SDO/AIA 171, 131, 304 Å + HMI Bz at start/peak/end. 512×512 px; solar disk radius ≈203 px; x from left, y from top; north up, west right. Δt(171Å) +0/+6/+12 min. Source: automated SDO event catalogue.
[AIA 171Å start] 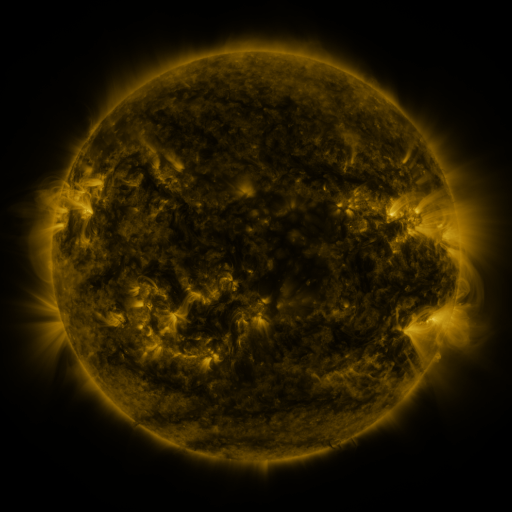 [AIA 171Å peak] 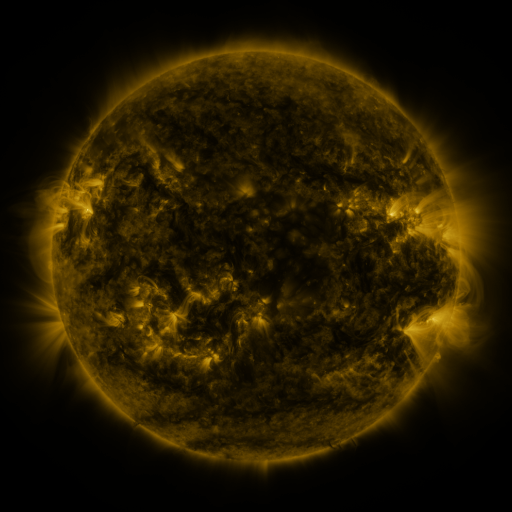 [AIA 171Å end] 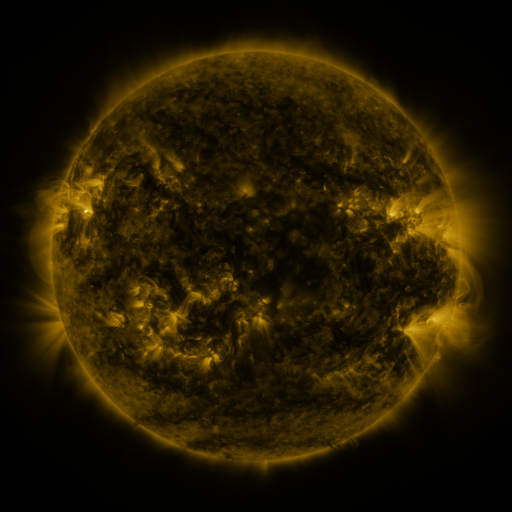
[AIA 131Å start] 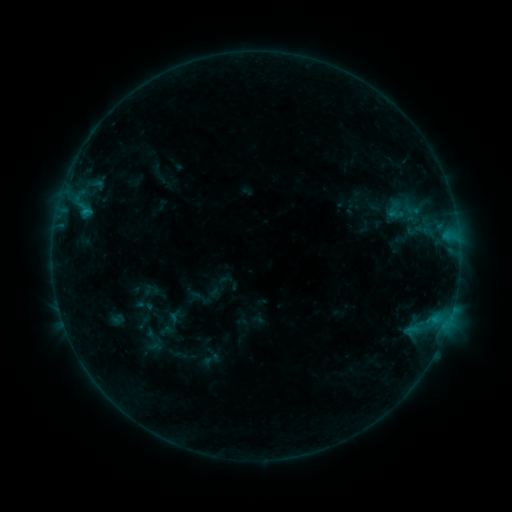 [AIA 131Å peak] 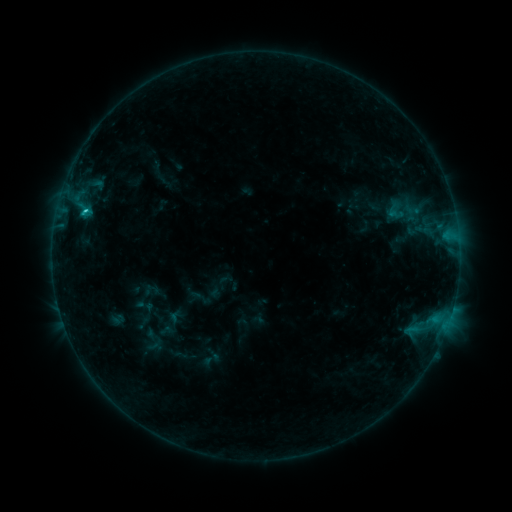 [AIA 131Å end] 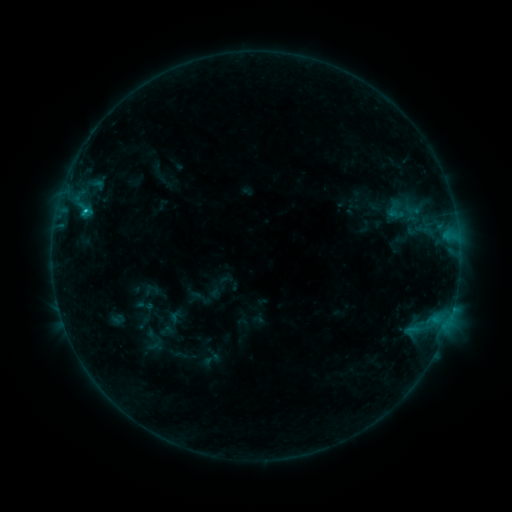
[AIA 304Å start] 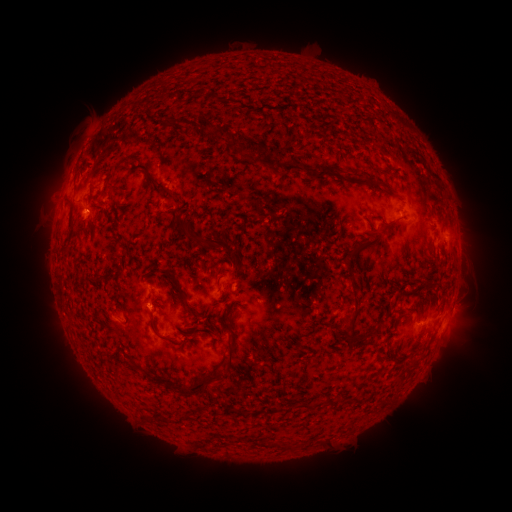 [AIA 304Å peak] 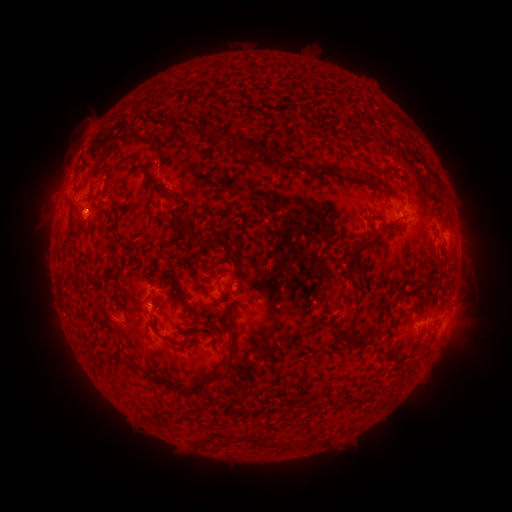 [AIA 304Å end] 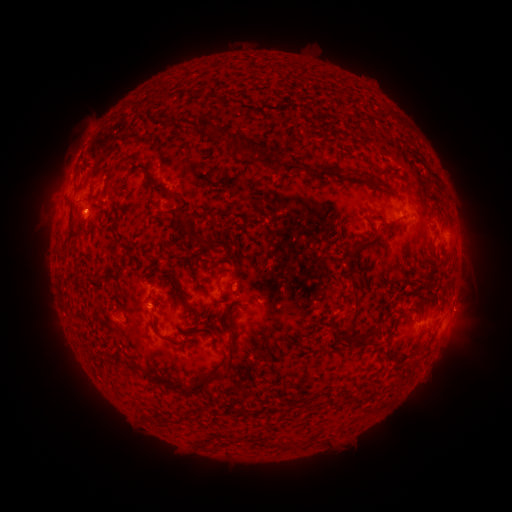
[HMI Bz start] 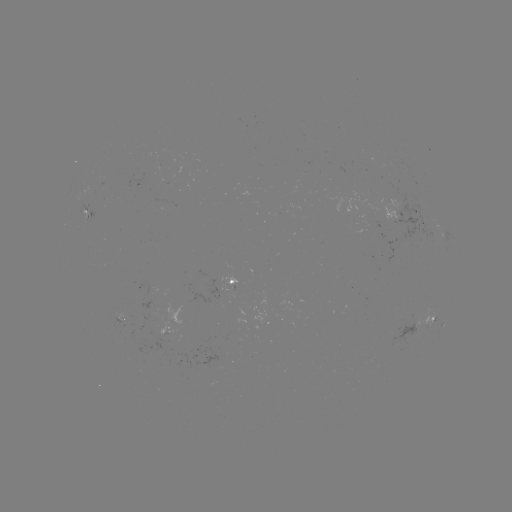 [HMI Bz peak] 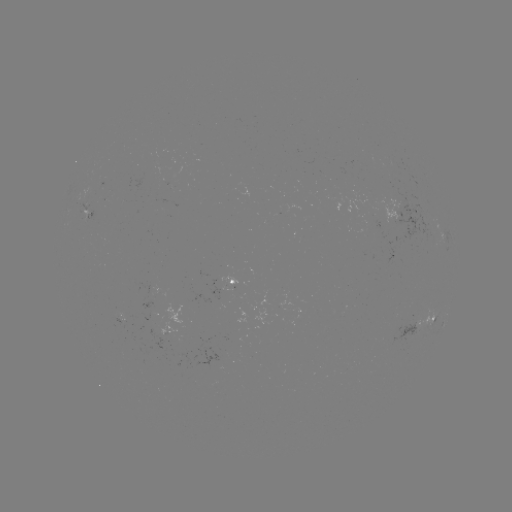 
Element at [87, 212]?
B8.7 flare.